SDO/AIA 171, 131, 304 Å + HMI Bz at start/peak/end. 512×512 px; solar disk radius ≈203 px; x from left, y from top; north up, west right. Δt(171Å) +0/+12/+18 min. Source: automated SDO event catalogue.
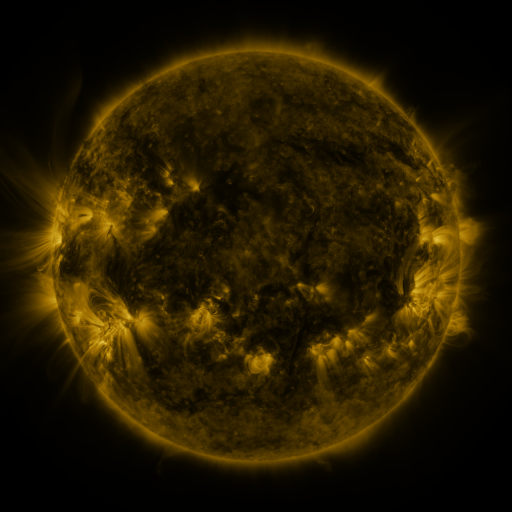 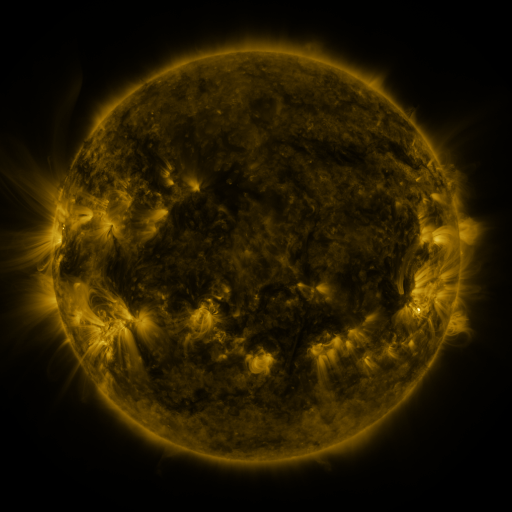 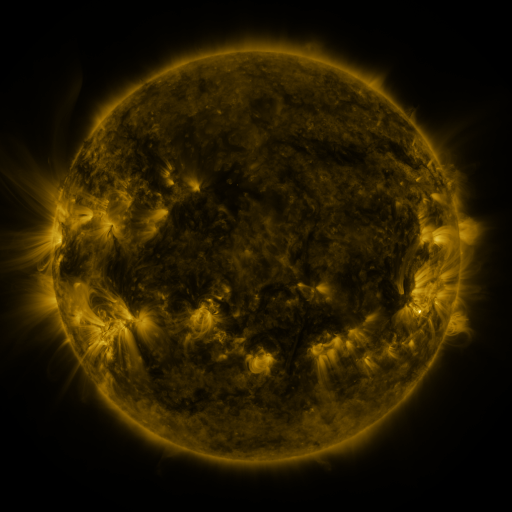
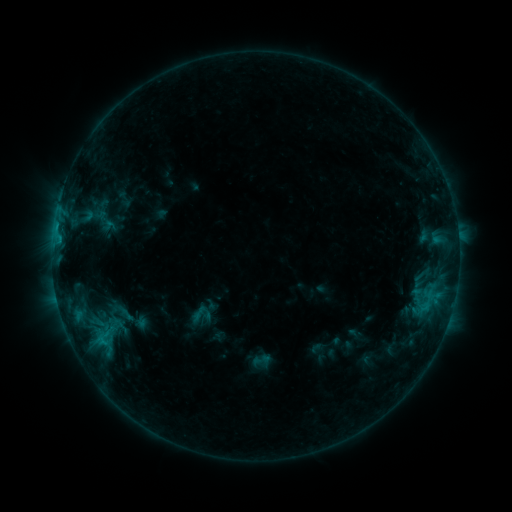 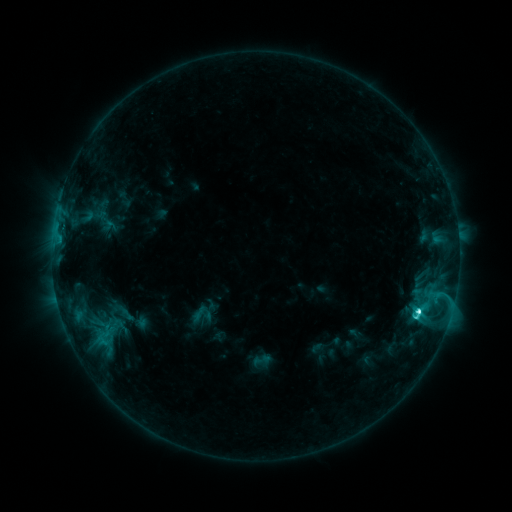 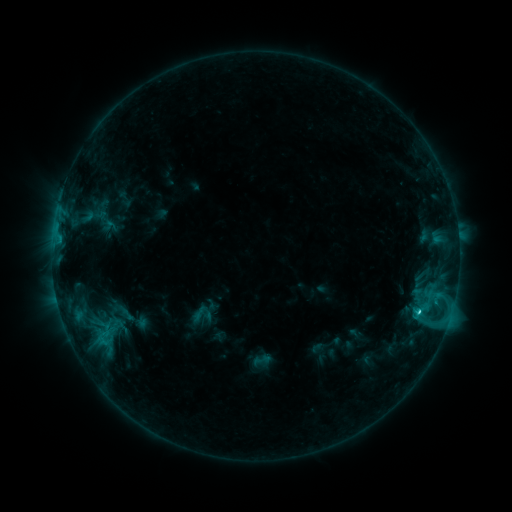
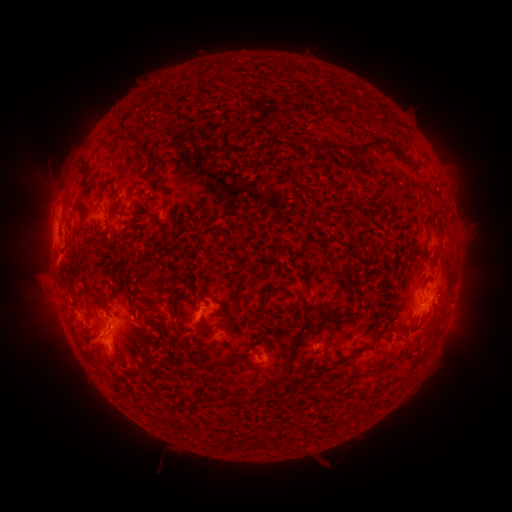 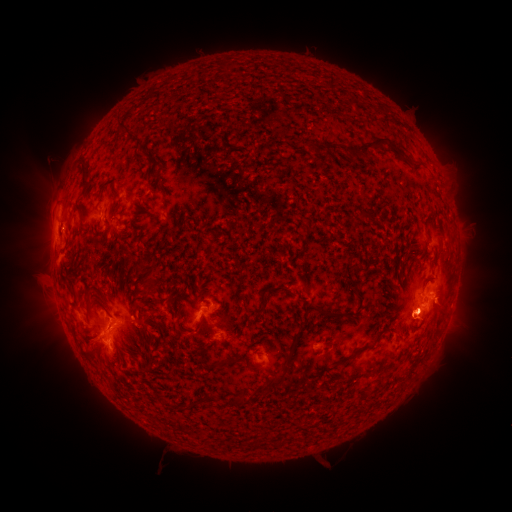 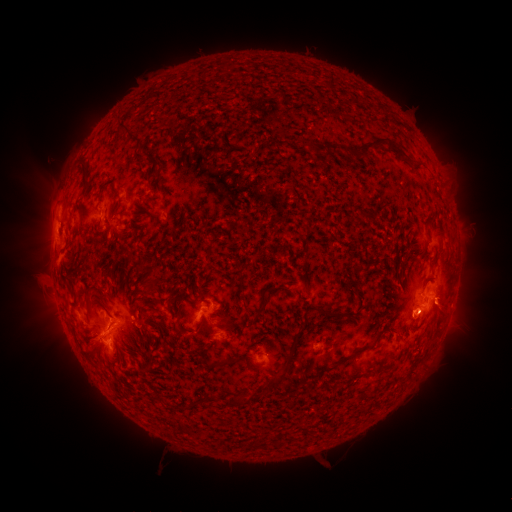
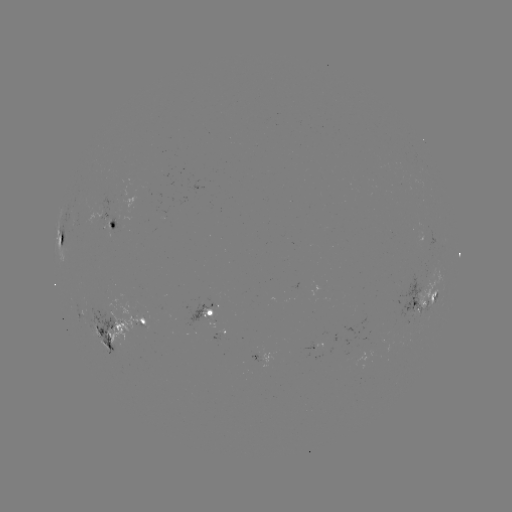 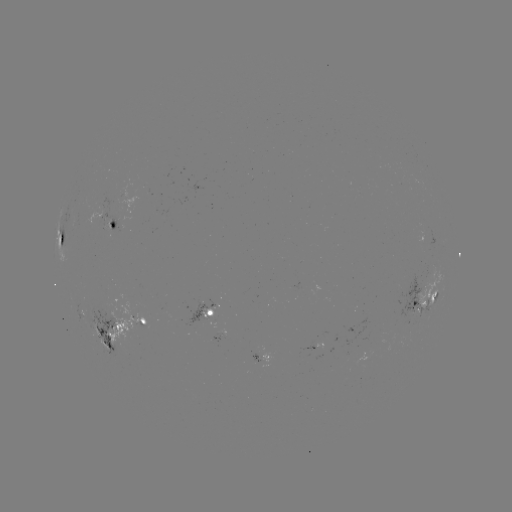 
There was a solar flare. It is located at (418, 307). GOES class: C6.5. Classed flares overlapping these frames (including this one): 1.